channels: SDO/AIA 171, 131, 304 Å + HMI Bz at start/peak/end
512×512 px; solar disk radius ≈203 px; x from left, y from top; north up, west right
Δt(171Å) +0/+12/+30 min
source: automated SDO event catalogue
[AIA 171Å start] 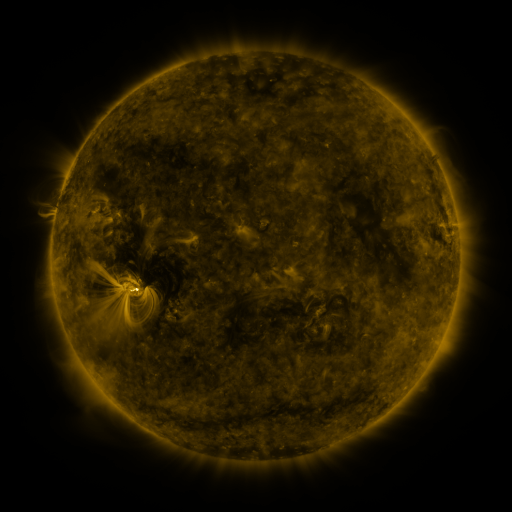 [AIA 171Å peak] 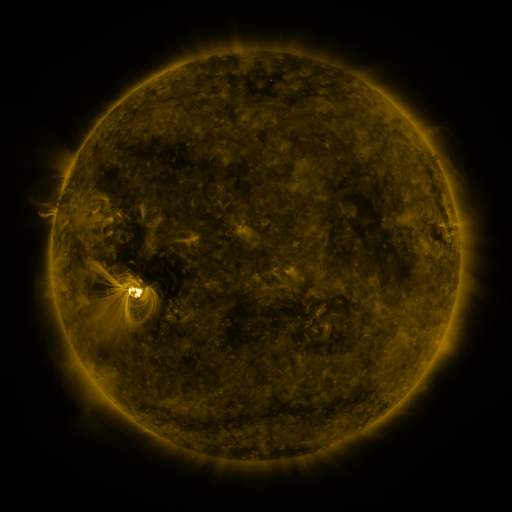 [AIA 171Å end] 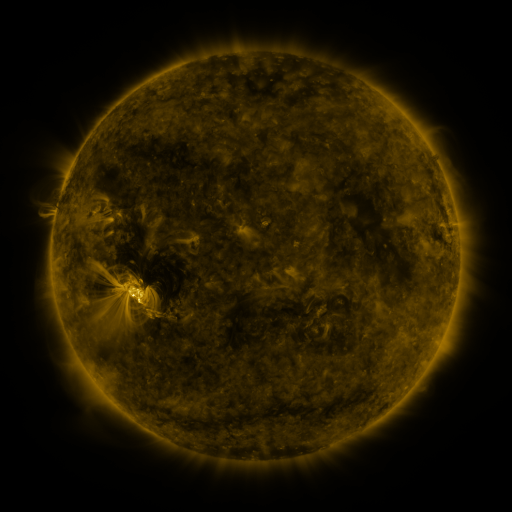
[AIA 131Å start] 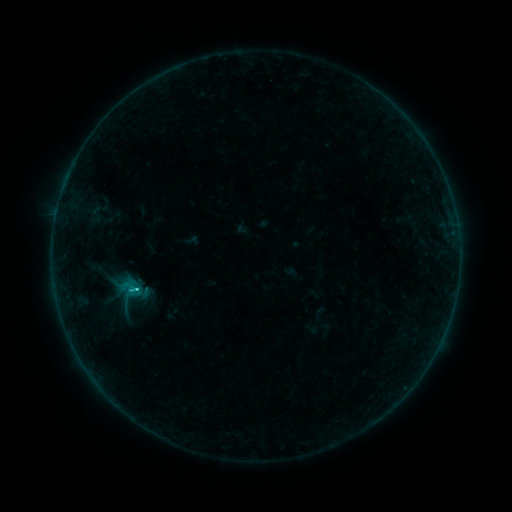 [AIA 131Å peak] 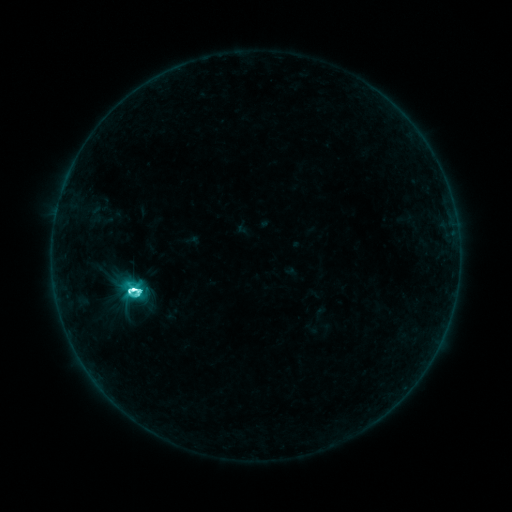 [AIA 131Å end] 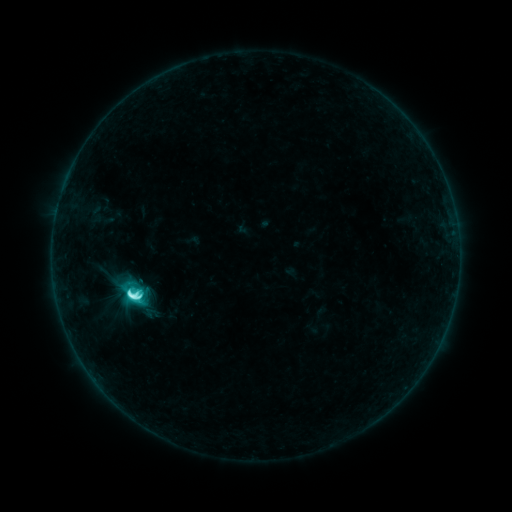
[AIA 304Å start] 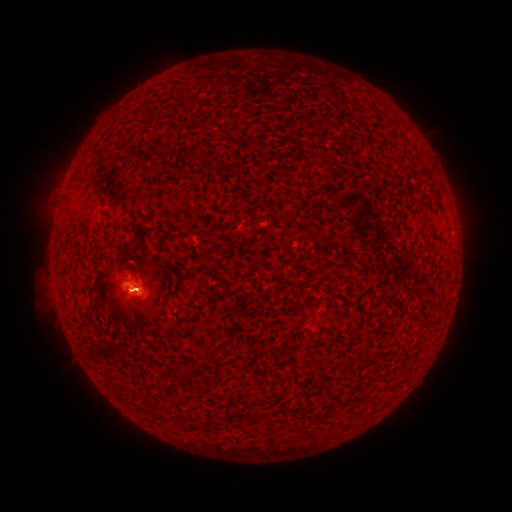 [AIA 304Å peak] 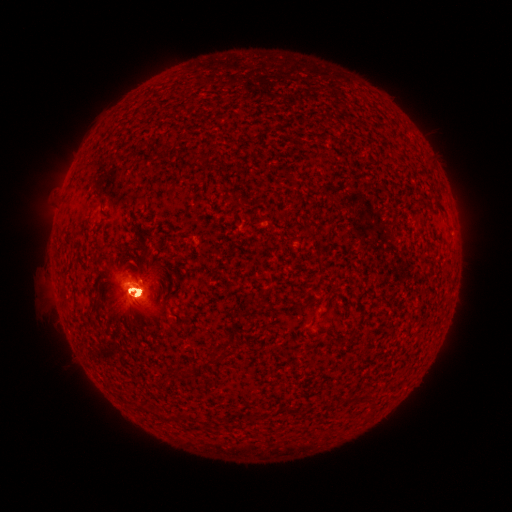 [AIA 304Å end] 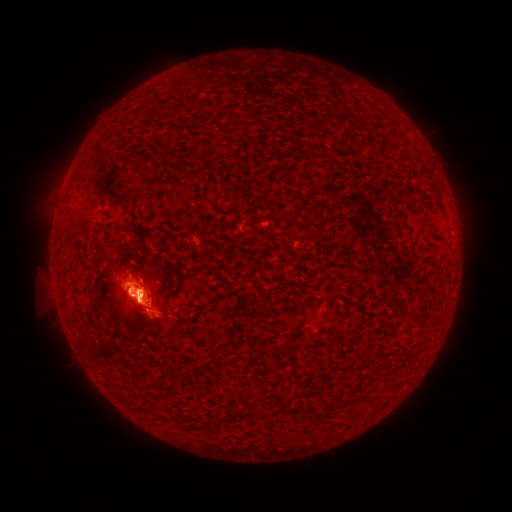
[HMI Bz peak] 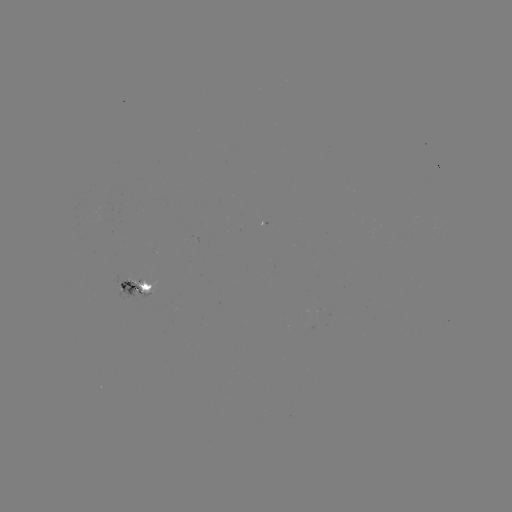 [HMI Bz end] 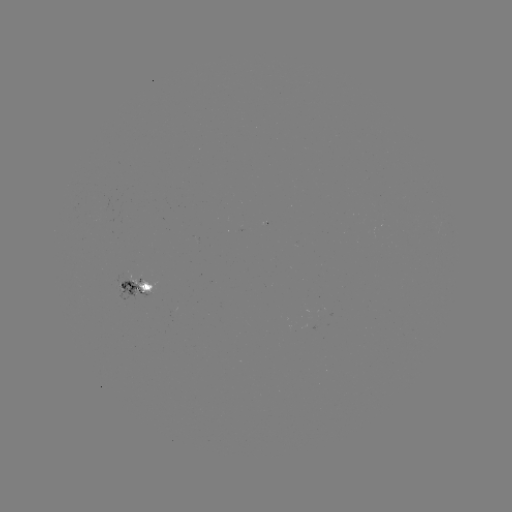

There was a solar flare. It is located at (133, 287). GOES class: M1.3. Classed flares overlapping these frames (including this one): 2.